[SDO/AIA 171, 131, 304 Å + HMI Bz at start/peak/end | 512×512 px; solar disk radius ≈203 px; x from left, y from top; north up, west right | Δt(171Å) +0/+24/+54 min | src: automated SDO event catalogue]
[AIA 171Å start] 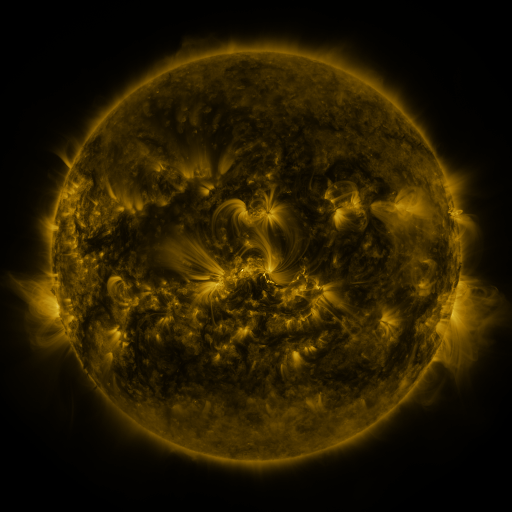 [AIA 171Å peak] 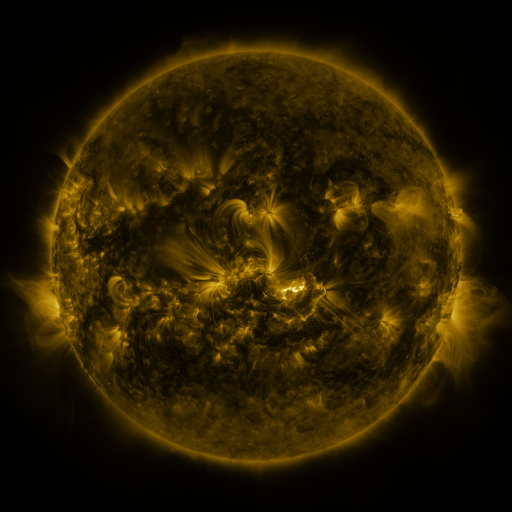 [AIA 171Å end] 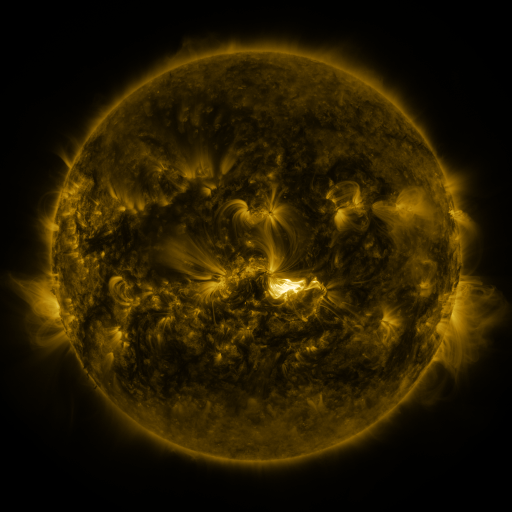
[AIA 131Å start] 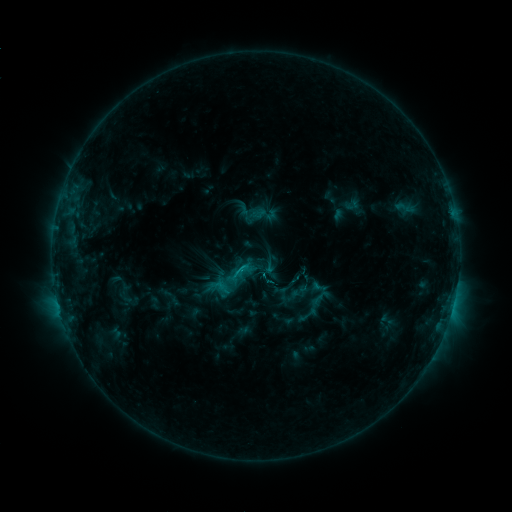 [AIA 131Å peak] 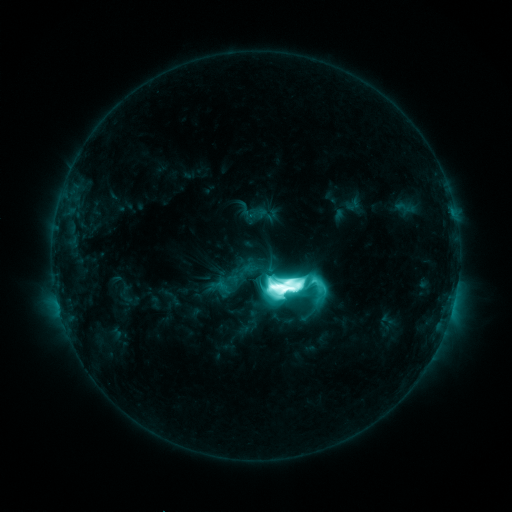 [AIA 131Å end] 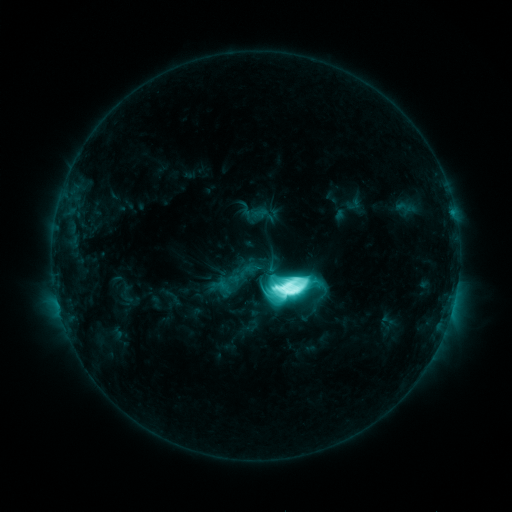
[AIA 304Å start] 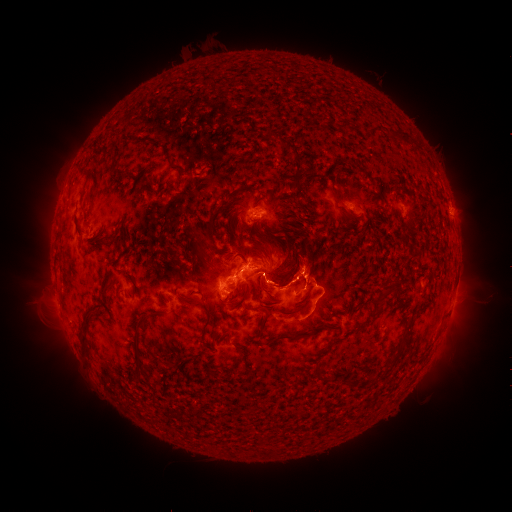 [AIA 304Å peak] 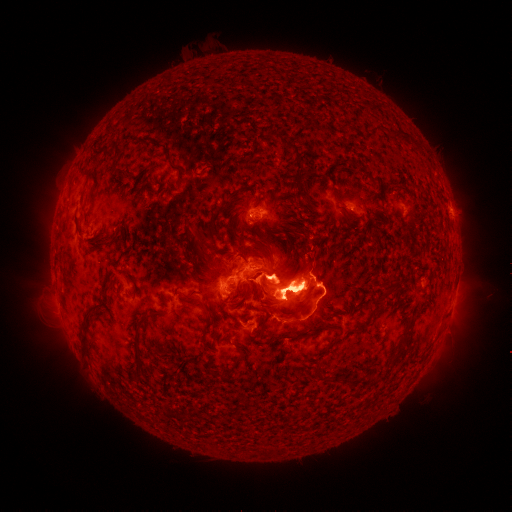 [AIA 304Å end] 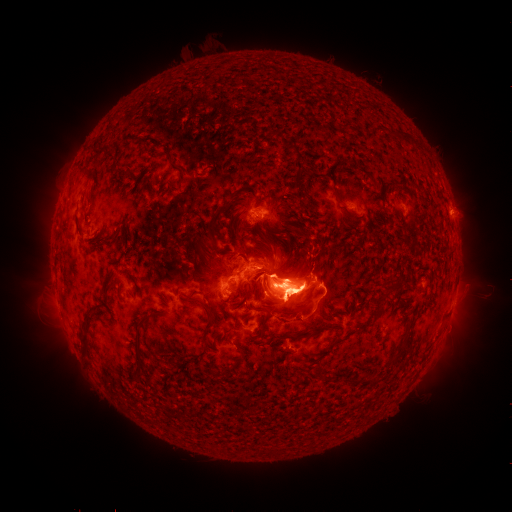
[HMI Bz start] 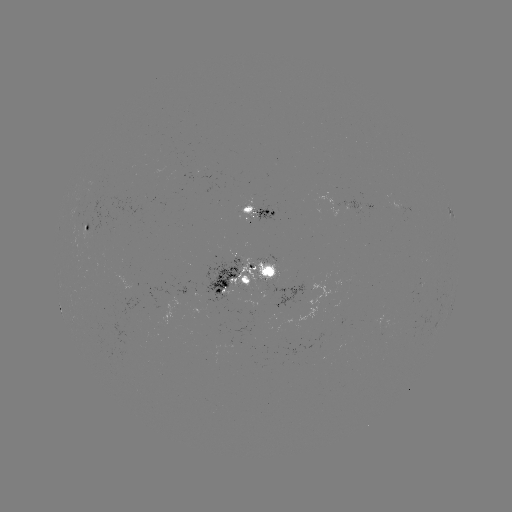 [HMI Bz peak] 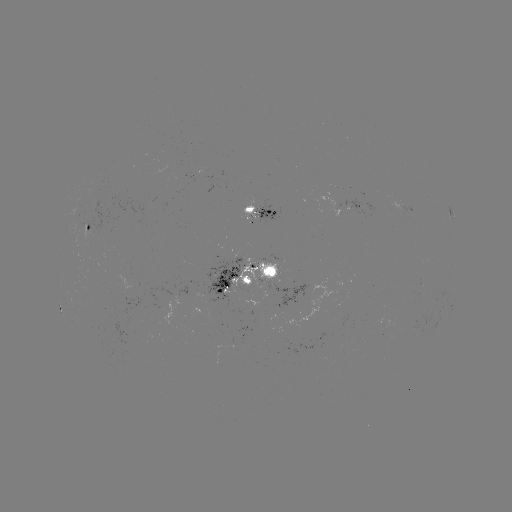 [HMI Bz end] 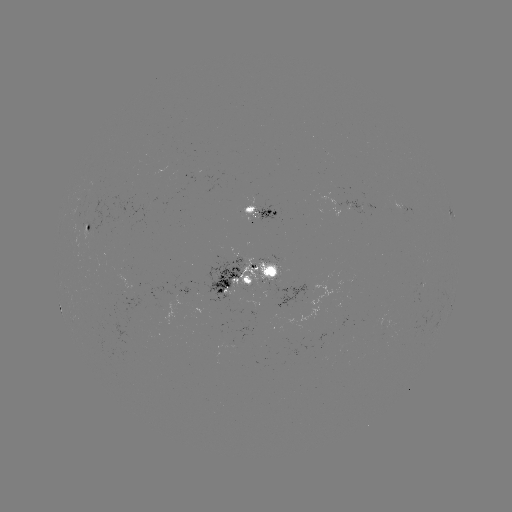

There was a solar flare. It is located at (283, 285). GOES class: X1.2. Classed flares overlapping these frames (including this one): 2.